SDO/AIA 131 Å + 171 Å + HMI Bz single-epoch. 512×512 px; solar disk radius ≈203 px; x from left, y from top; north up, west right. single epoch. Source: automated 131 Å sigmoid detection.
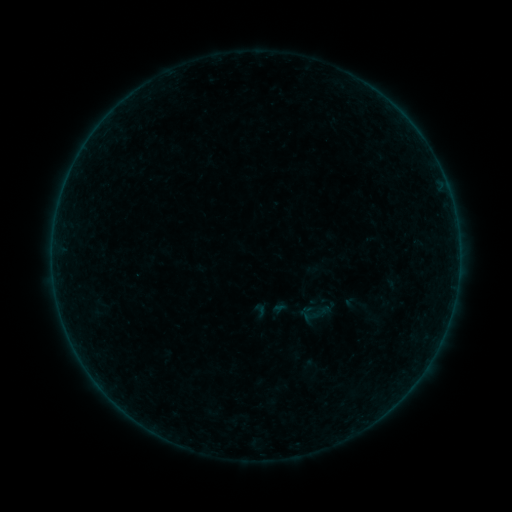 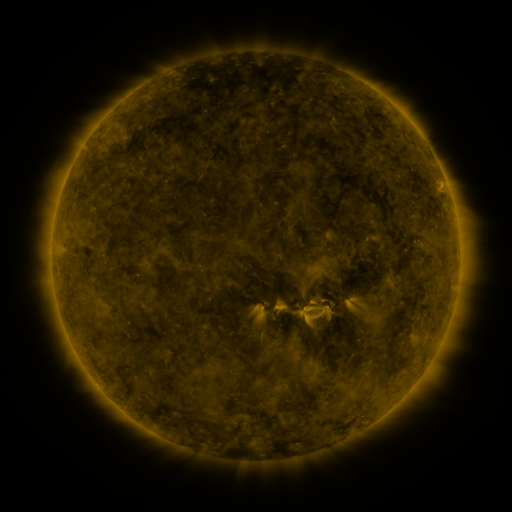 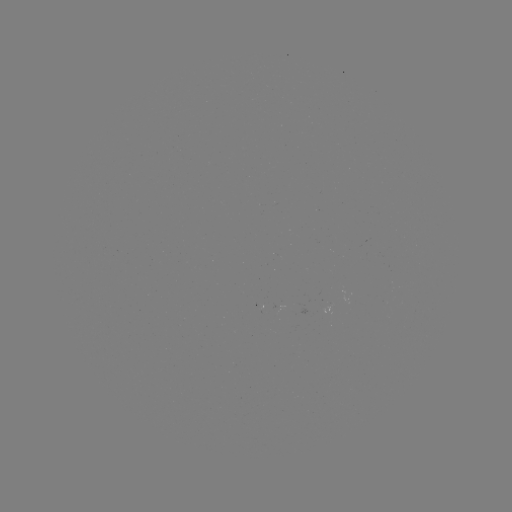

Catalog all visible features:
sigmoid: [343, 292, 365, 315]
